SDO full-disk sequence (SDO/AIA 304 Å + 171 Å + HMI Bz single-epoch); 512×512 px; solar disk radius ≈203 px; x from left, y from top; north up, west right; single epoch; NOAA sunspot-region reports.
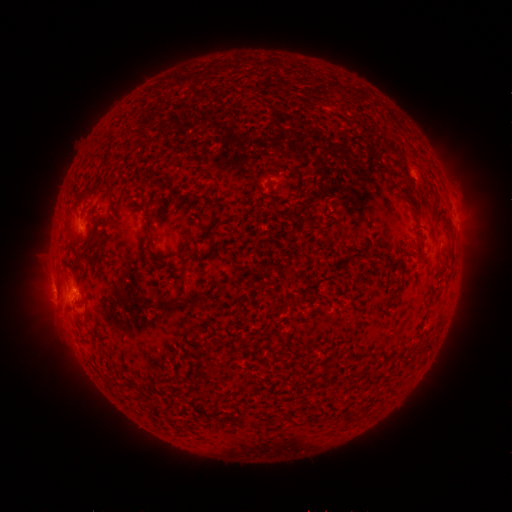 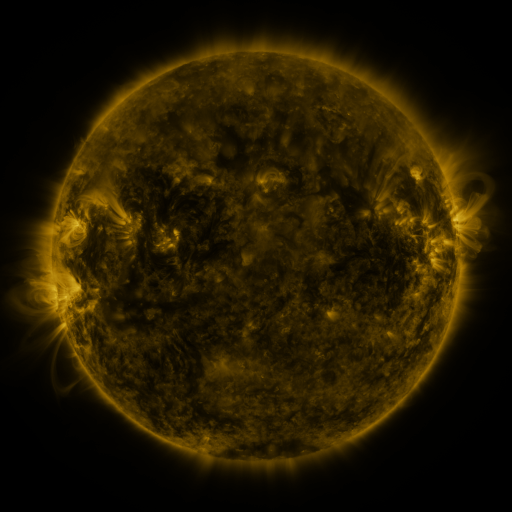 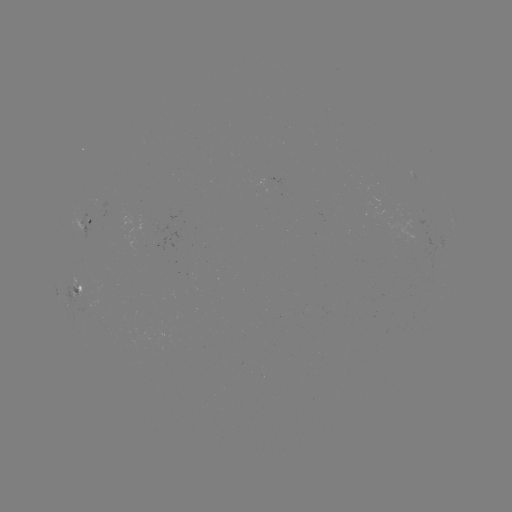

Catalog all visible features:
spotted active region: (93, 225)
spotted active region: (78, 288)
